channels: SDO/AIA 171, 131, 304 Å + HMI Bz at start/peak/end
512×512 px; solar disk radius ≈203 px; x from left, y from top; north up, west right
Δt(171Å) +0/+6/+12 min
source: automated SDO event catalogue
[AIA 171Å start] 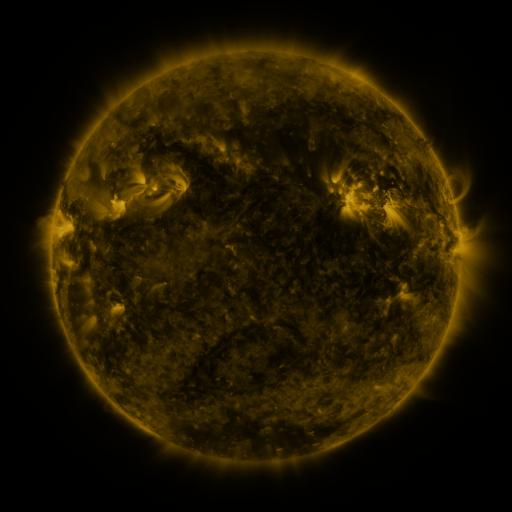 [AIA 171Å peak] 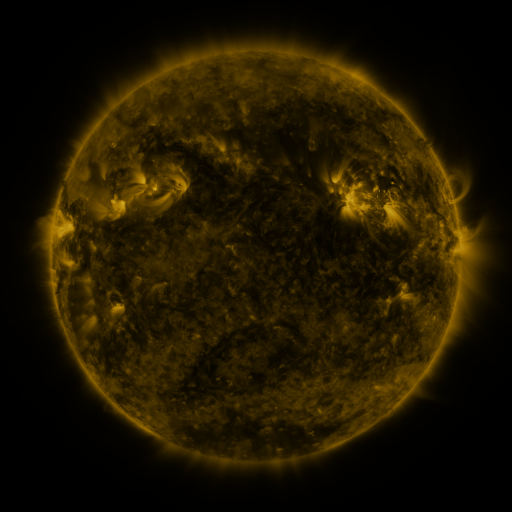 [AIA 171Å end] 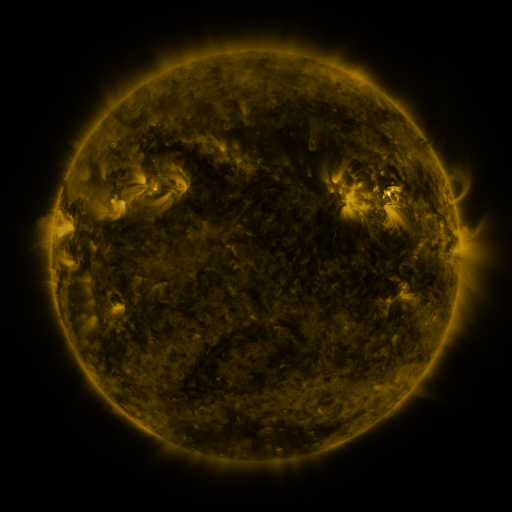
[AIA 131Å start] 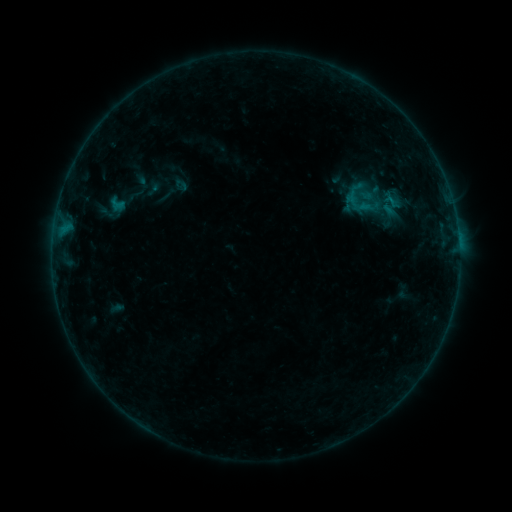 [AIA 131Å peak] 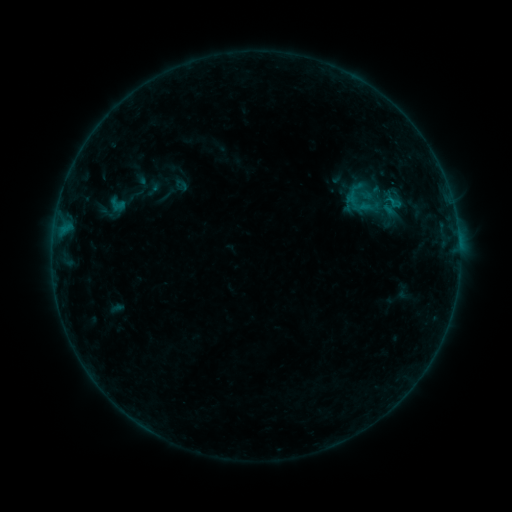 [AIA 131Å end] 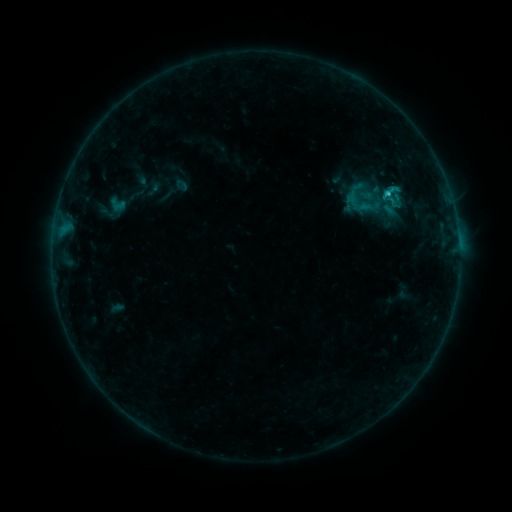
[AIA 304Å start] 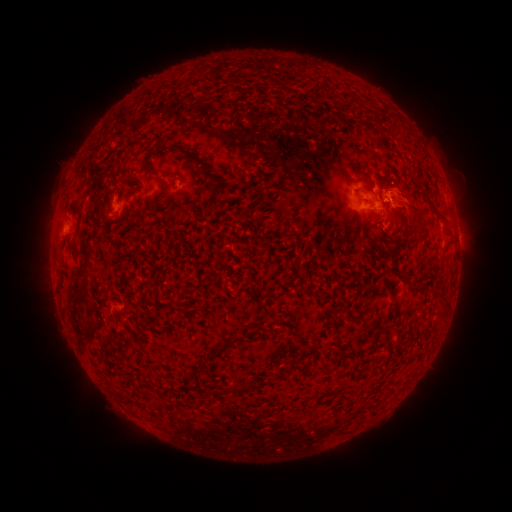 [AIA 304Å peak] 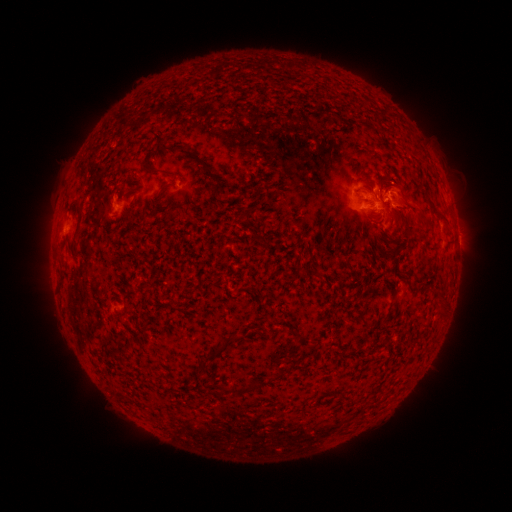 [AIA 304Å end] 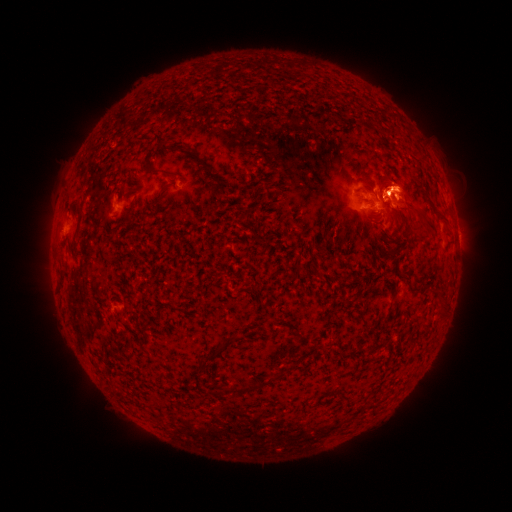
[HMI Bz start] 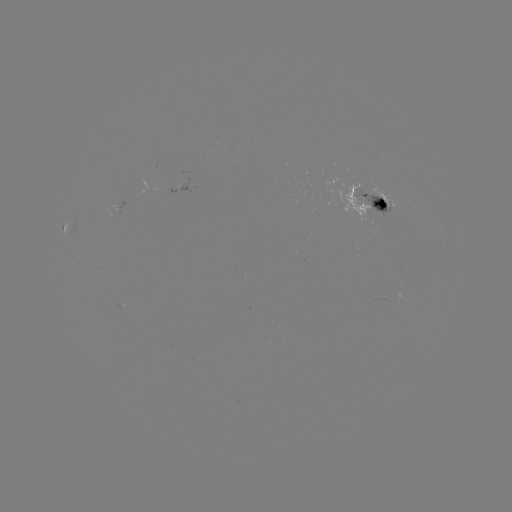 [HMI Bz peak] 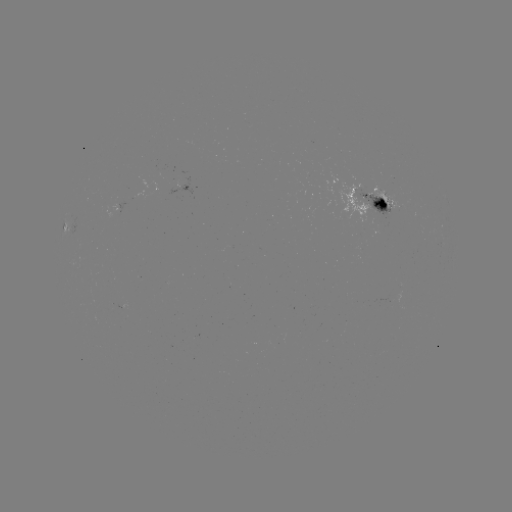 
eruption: <bbox>360, 148, 439, 241</bbox>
